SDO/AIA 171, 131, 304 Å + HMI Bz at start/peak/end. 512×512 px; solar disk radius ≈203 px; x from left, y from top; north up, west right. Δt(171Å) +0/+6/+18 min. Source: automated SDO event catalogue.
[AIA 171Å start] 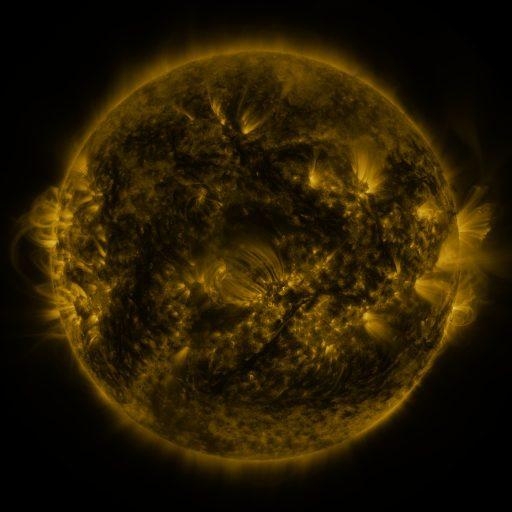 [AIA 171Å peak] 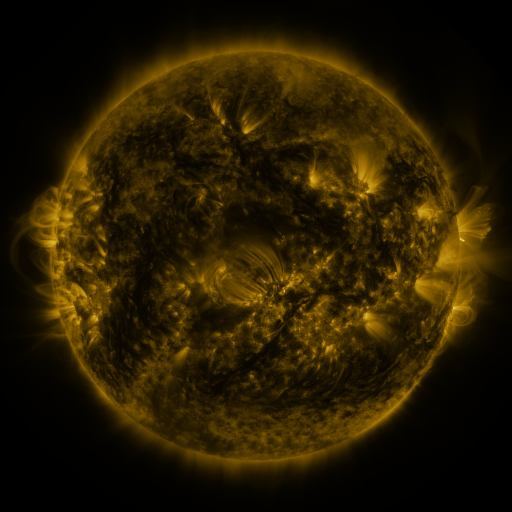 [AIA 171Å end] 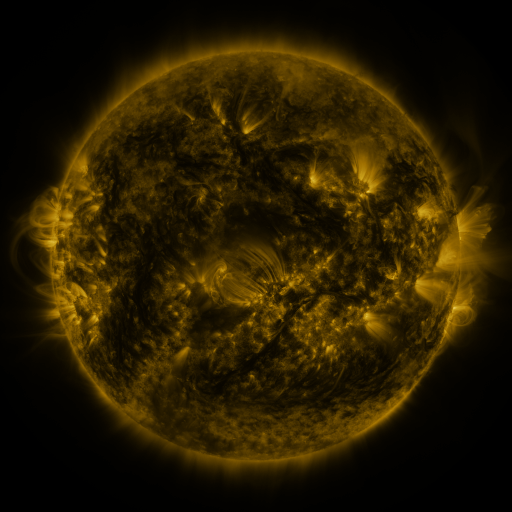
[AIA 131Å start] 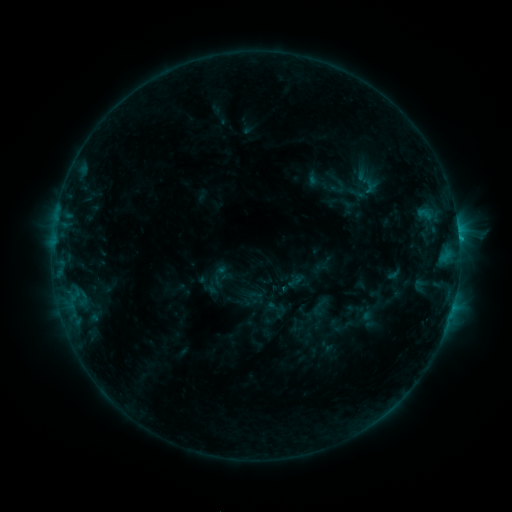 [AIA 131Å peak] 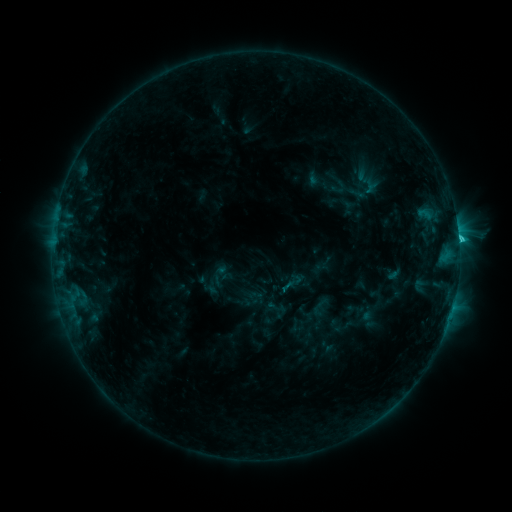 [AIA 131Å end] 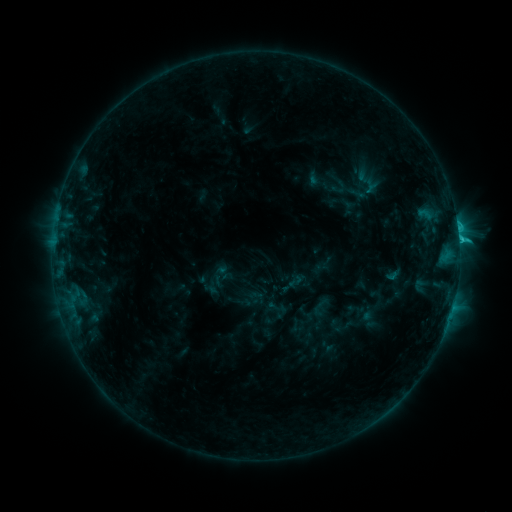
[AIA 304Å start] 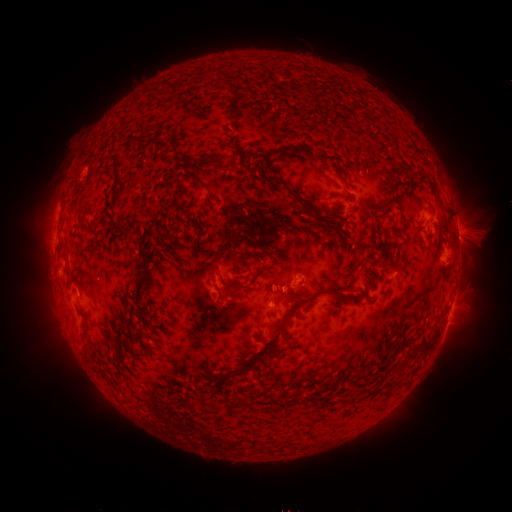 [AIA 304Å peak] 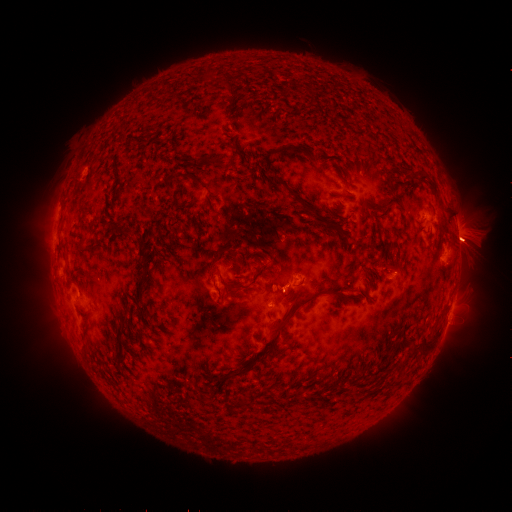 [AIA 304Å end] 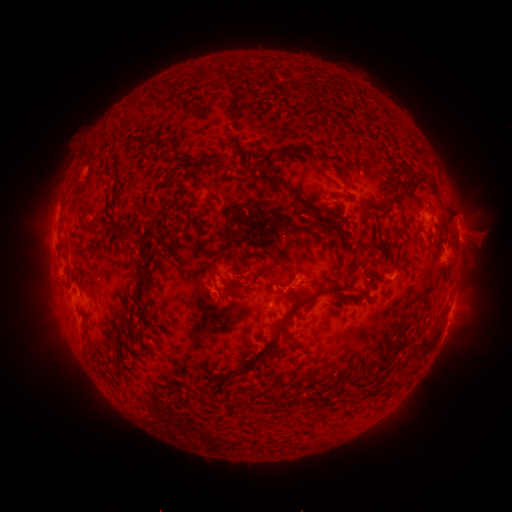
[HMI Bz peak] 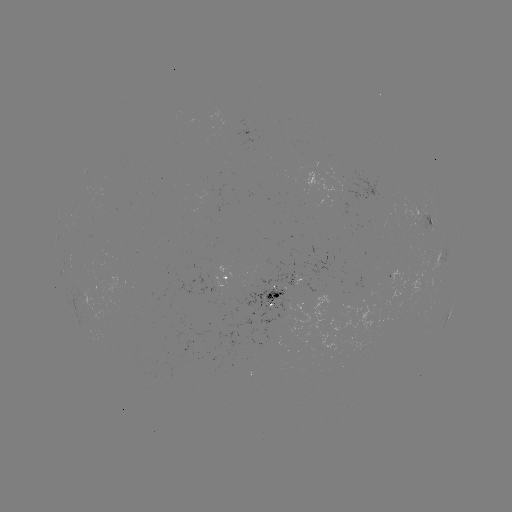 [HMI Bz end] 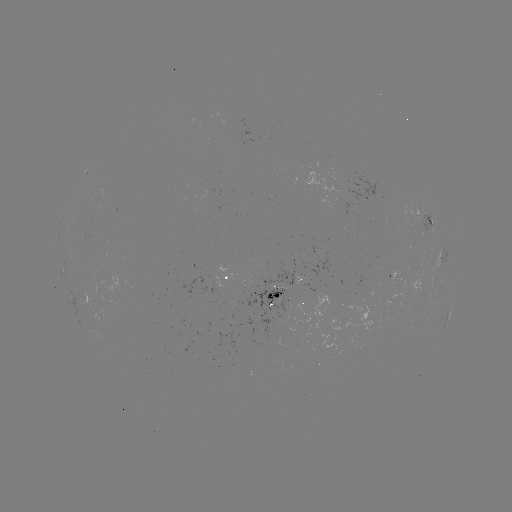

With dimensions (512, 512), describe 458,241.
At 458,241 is C2.3 flare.